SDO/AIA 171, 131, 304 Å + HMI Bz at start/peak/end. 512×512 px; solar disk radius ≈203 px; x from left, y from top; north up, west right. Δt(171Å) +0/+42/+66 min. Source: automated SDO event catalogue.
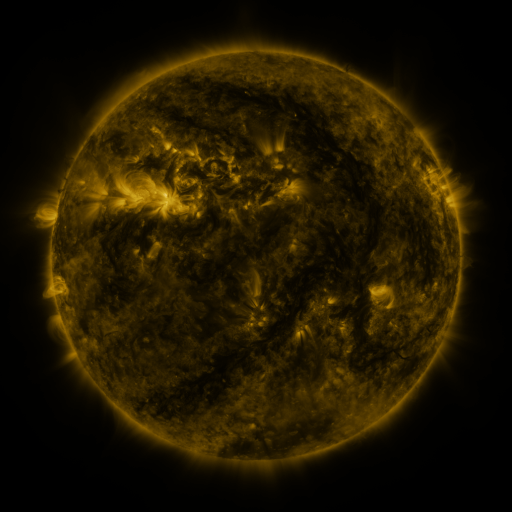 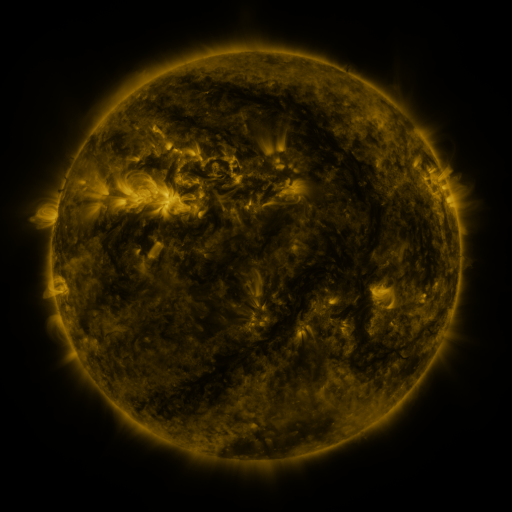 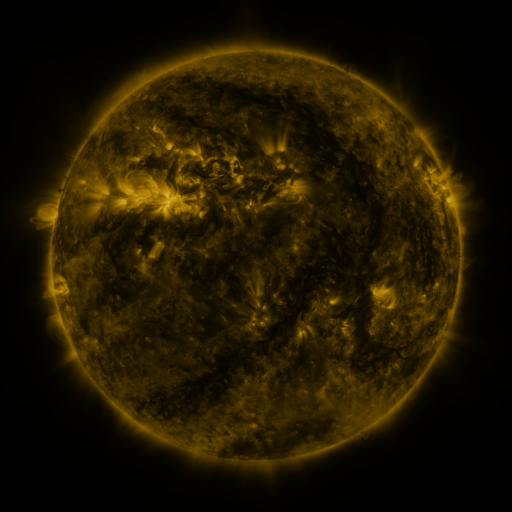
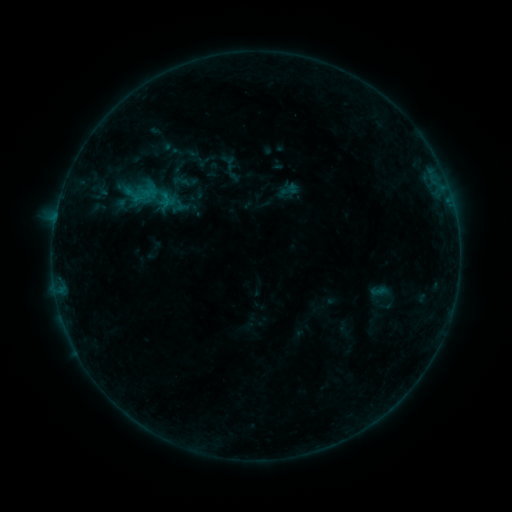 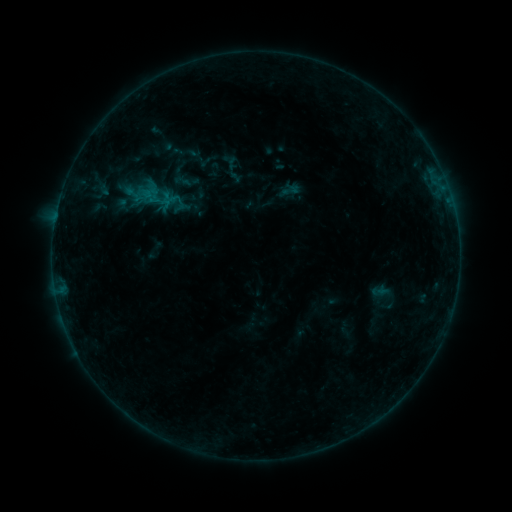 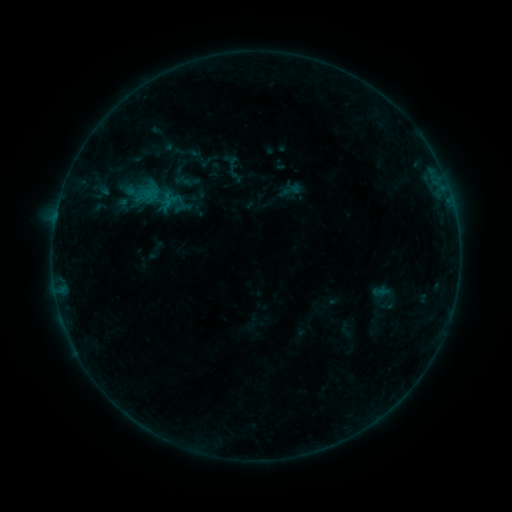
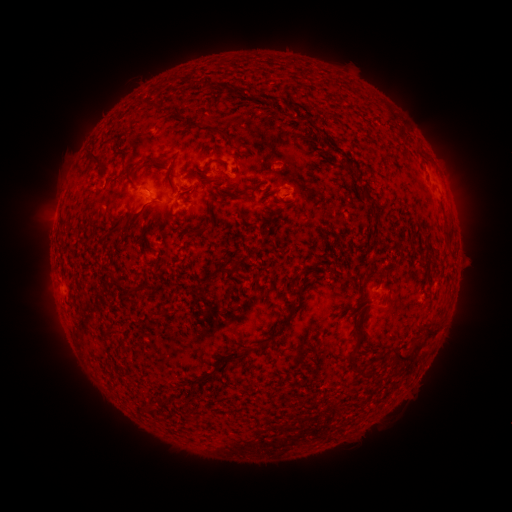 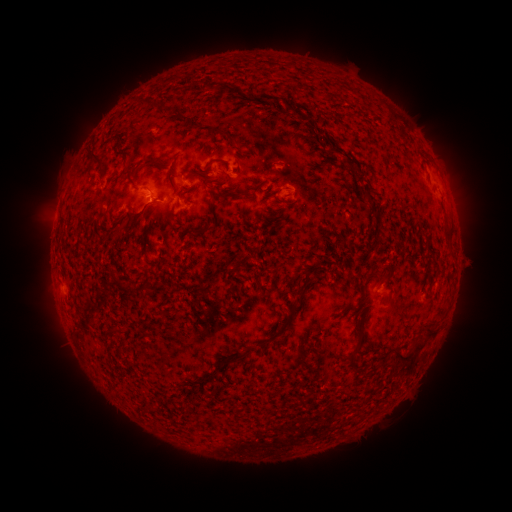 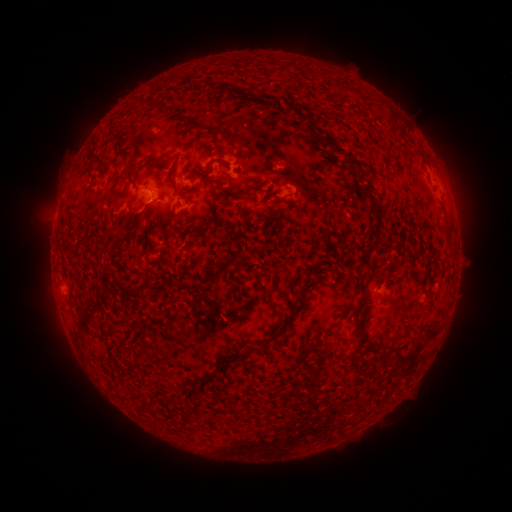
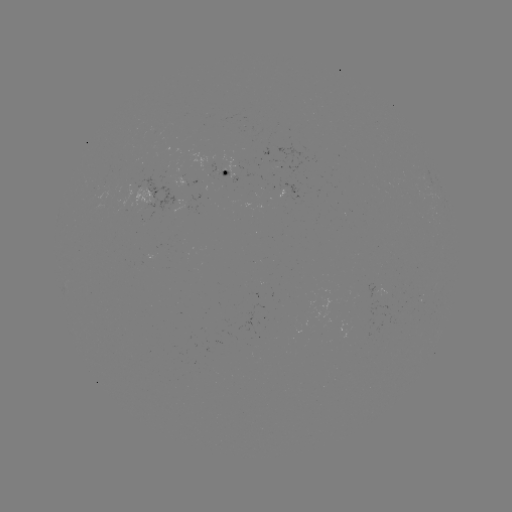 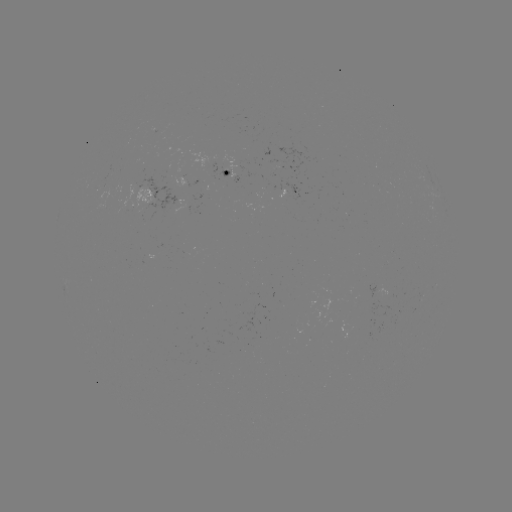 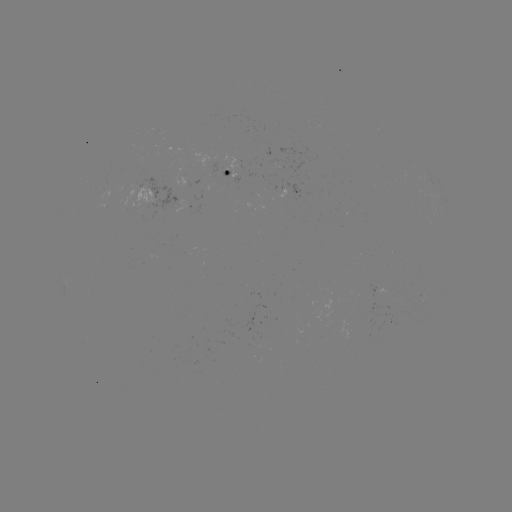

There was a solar flare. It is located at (152, 202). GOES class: B2.6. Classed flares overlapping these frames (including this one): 1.